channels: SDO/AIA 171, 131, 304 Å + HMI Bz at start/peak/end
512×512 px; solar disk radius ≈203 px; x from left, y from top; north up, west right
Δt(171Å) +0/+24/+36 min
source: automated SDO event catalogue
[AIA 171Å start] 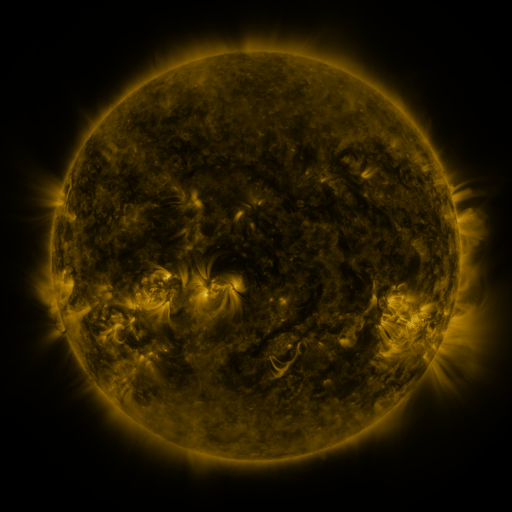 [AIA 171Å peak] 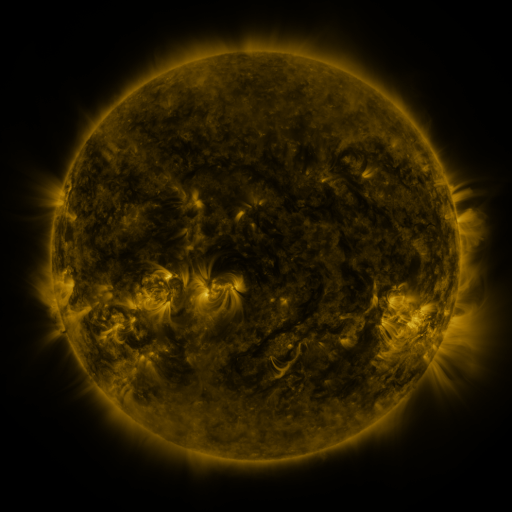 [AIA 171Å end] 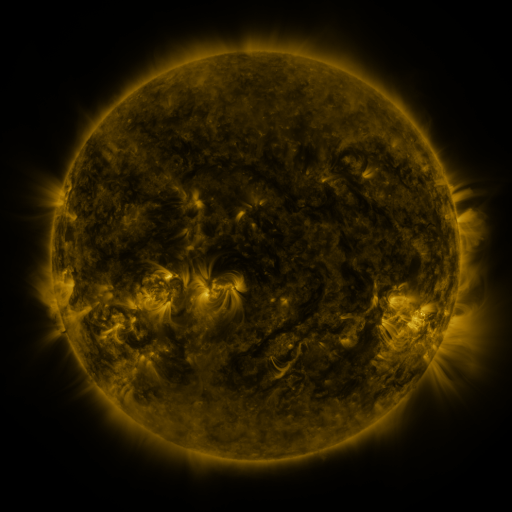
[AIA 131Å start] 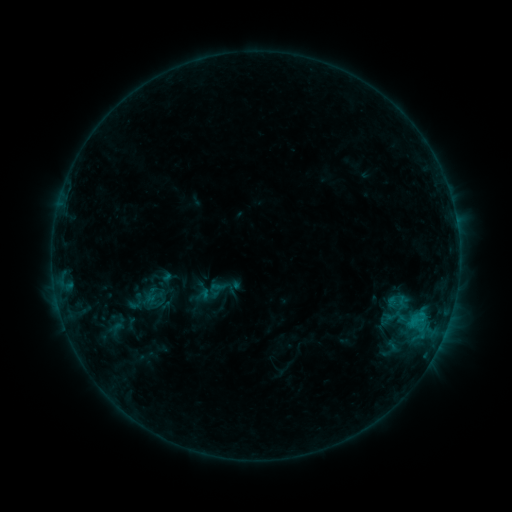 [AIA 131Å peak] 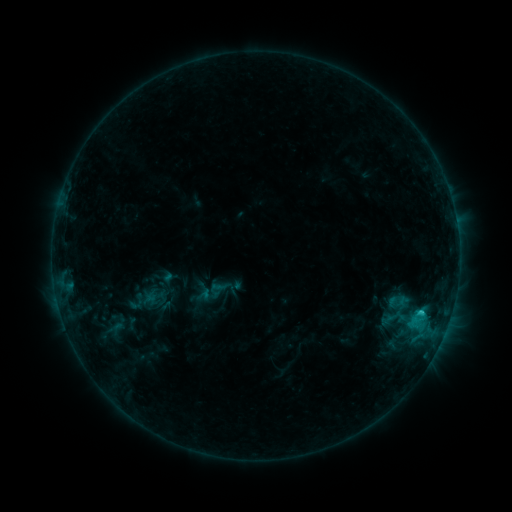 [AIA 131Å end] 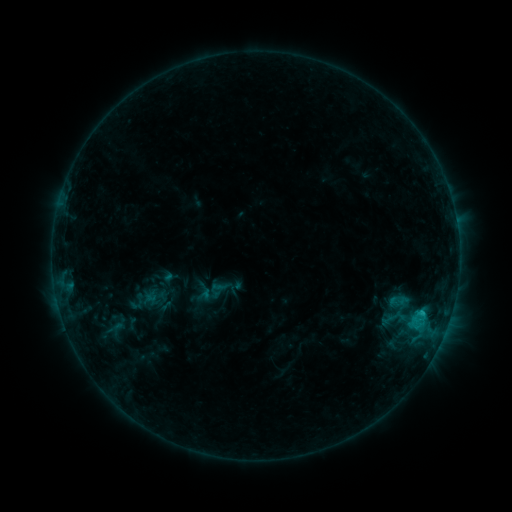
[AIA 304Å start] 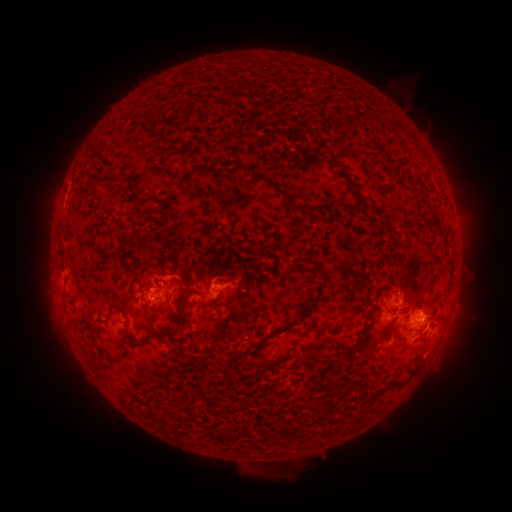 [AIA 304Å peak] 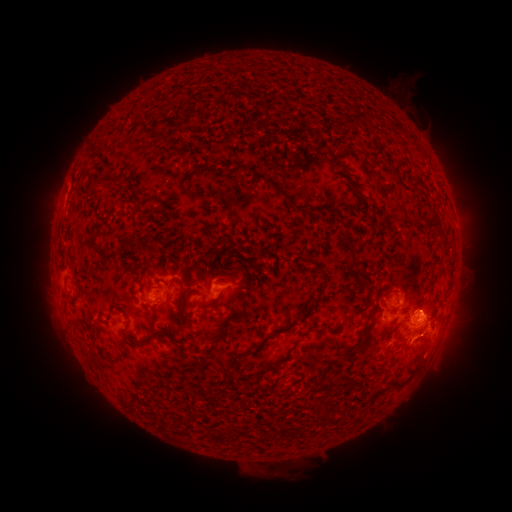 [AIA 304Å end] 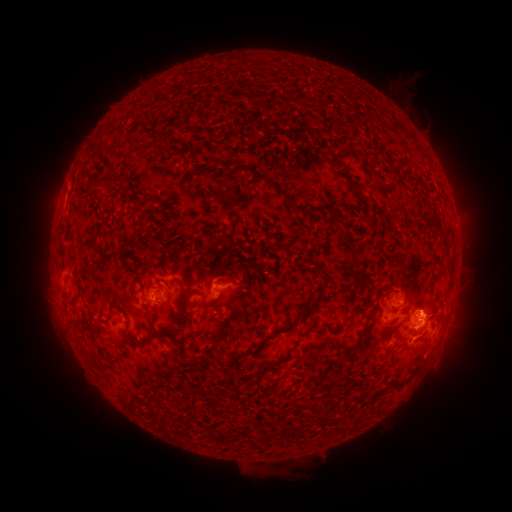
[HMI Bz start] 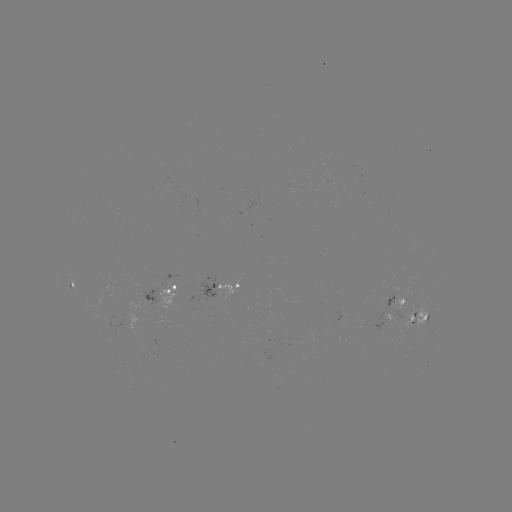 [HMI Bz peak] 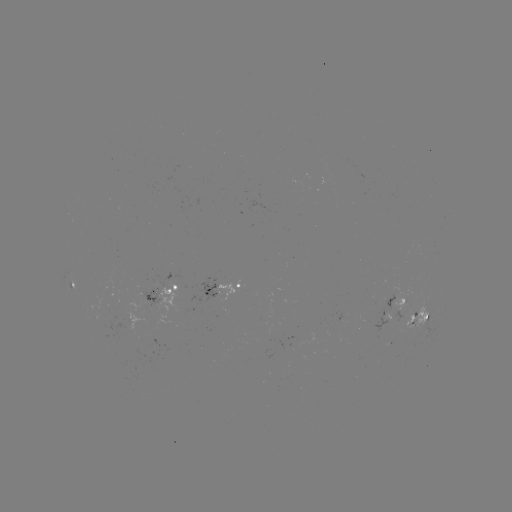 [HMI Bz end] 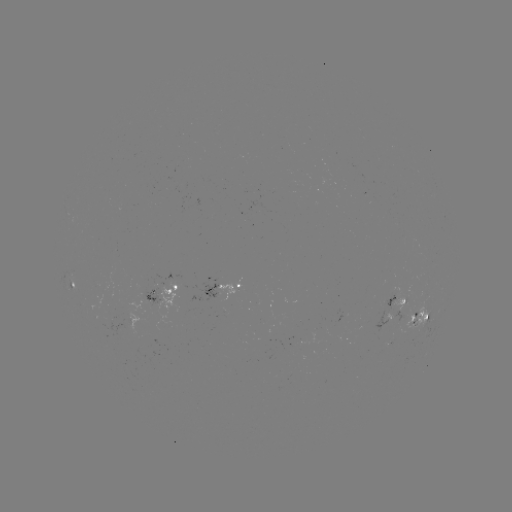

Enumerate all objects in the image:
C1.6 flare: (421, 312)
